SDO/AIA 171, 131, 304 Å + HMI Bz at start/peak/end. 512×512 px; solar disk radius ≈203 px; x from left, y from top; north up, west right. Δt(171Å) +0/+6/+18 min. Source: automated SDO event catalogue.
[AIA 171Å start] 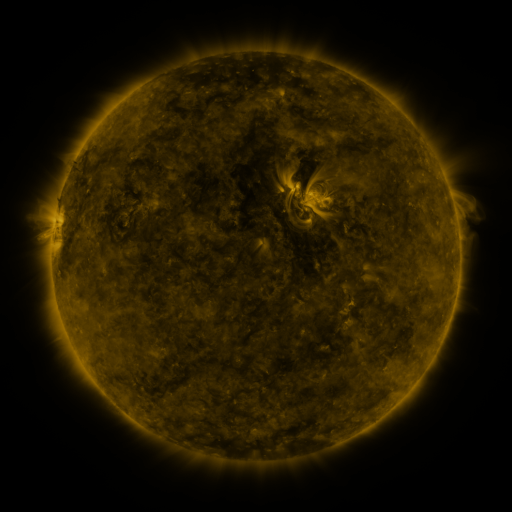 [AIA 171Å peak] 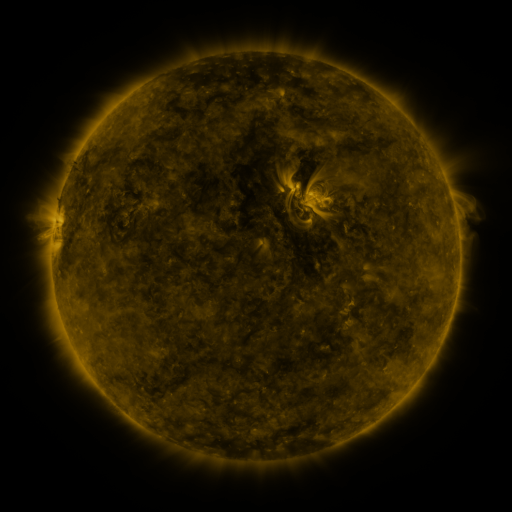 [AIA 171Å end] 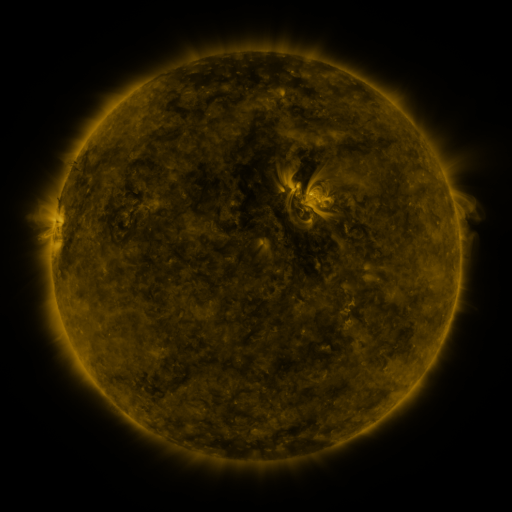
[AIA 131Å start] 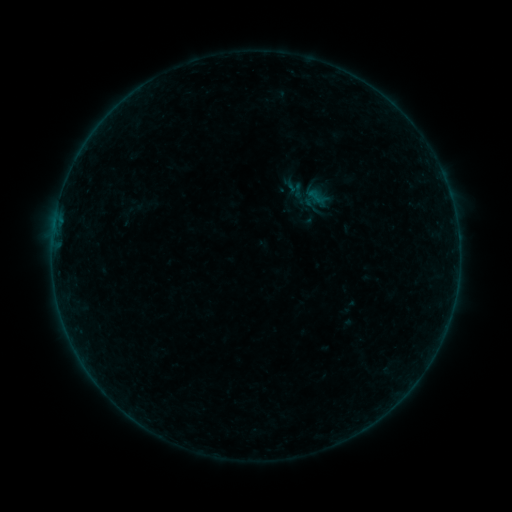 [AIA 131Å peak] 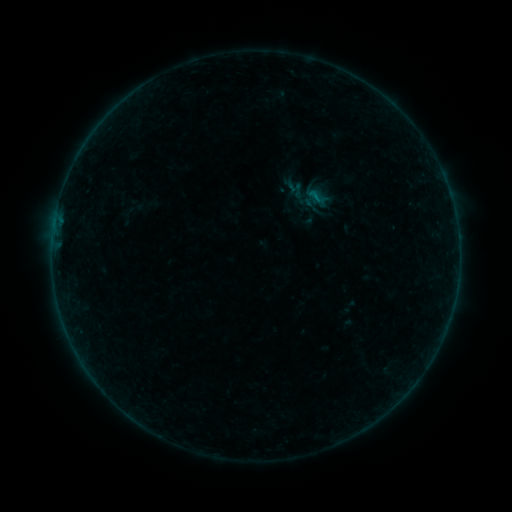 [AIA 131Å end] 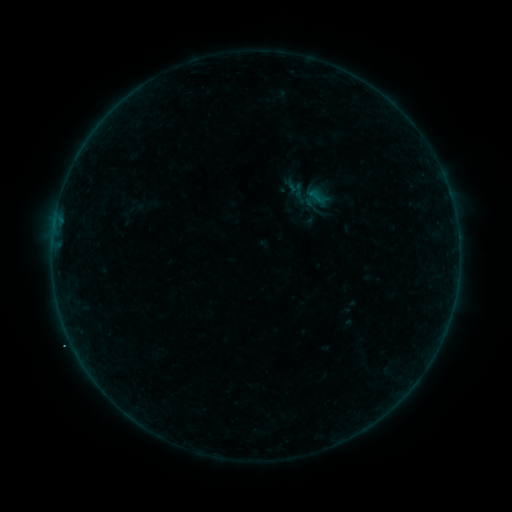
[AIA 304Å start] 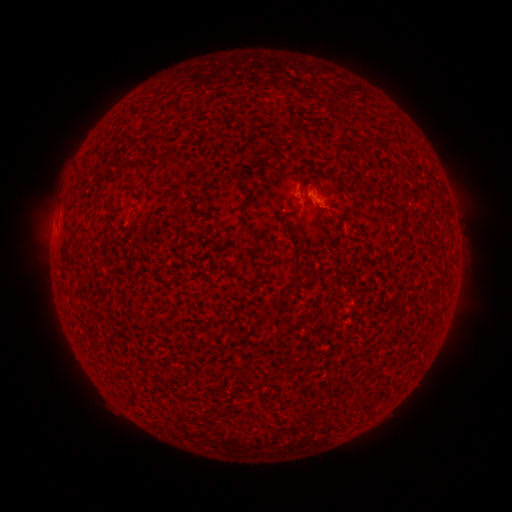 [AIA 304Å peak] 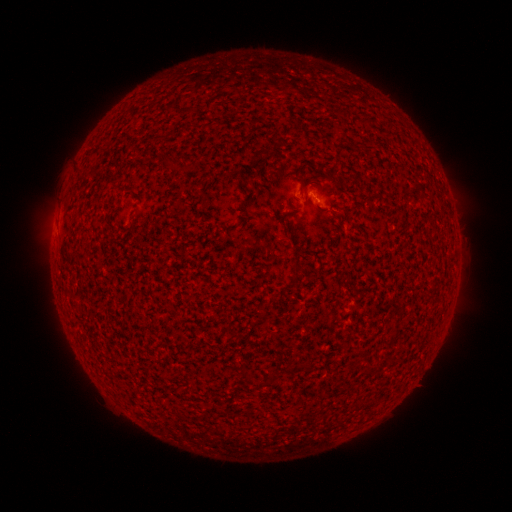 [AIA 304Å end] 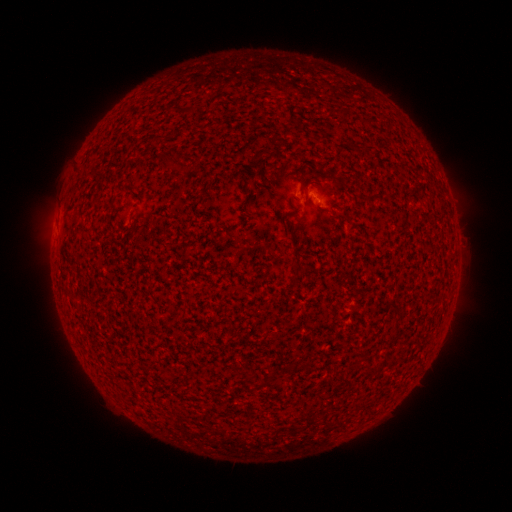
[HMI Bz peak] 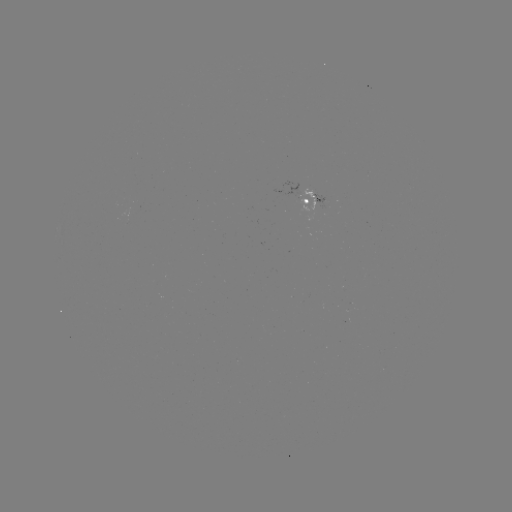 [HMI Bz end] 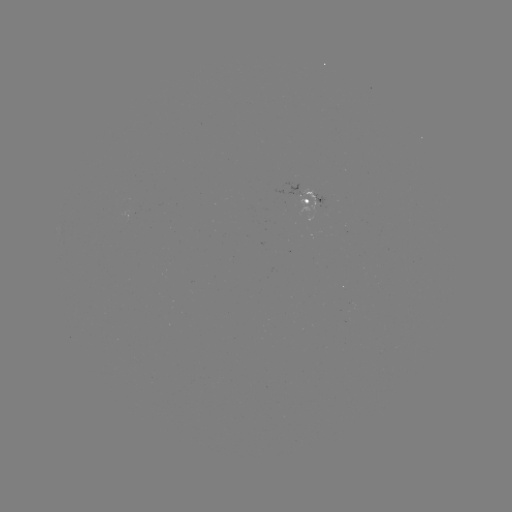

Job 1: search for B1.2 flare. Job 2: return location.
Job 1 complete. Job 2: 315,201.